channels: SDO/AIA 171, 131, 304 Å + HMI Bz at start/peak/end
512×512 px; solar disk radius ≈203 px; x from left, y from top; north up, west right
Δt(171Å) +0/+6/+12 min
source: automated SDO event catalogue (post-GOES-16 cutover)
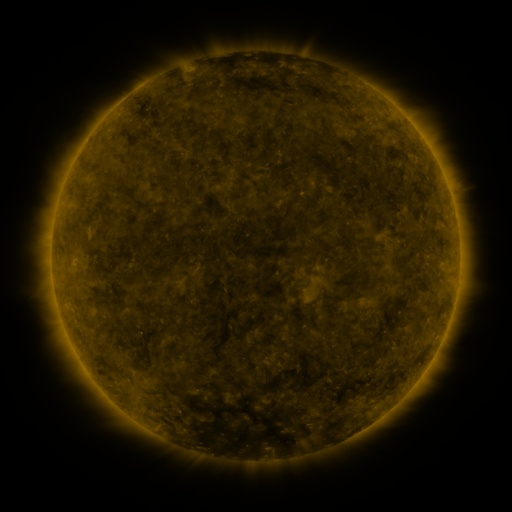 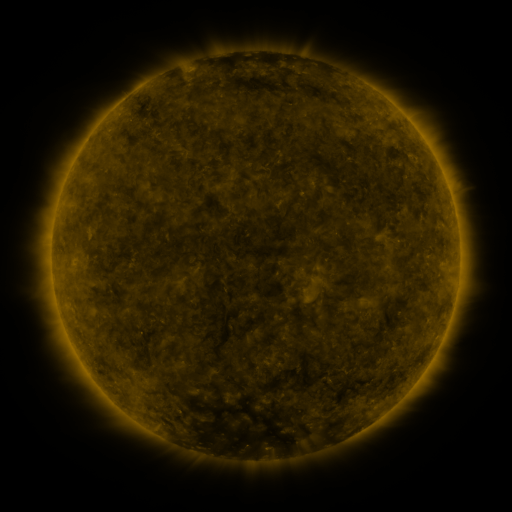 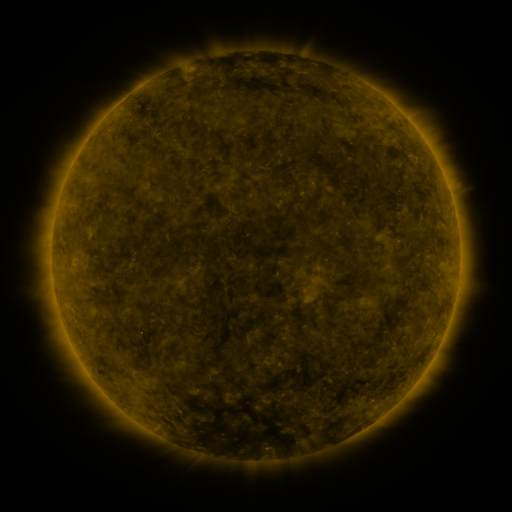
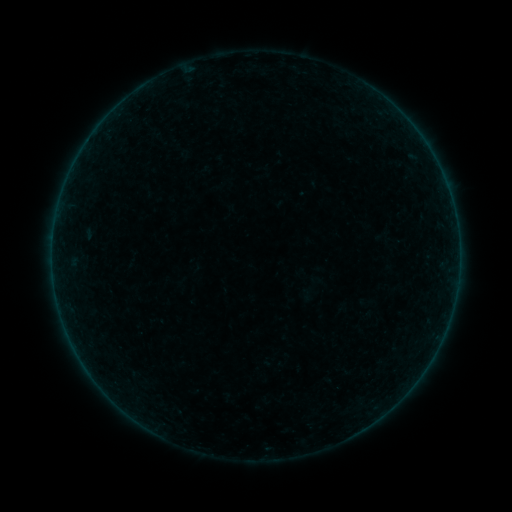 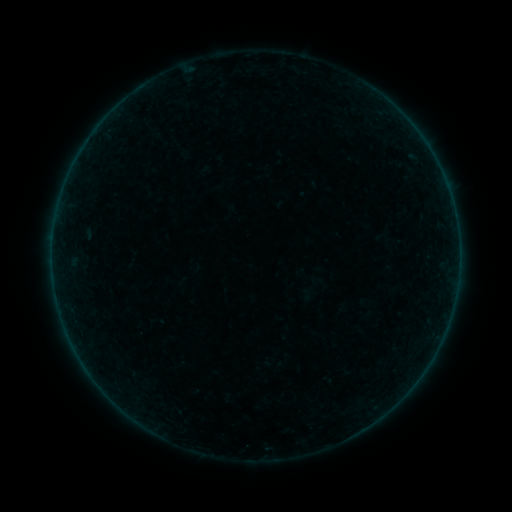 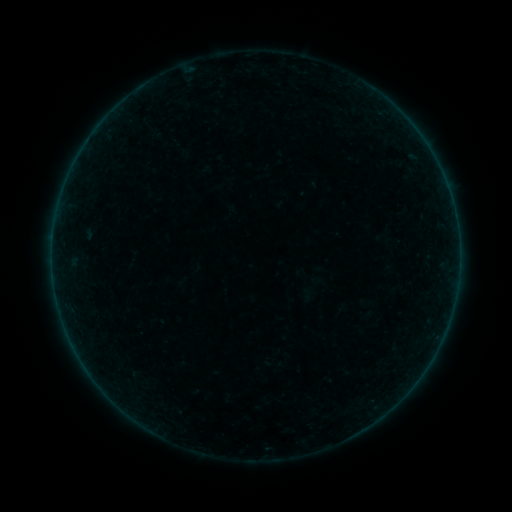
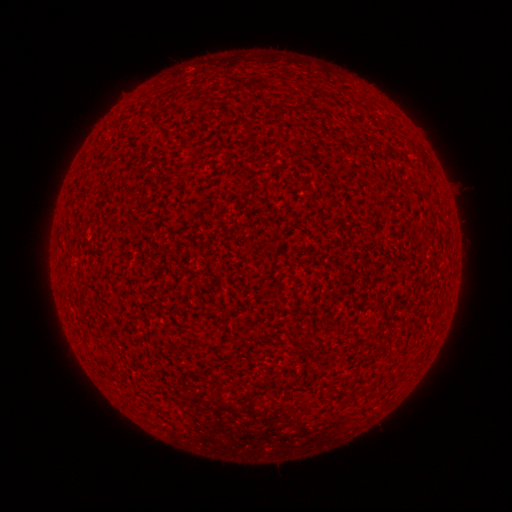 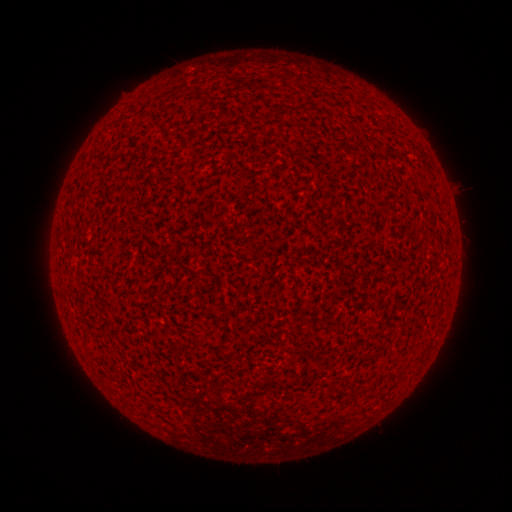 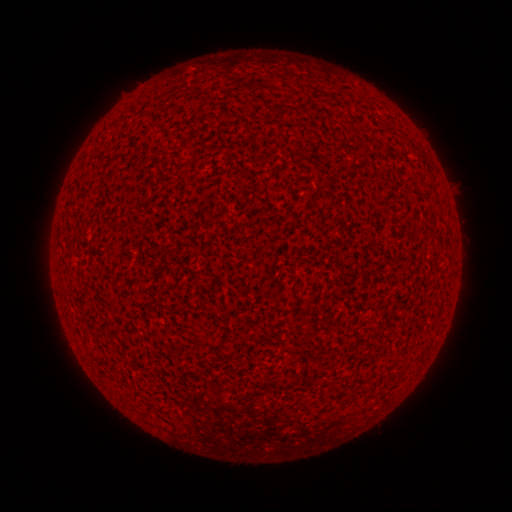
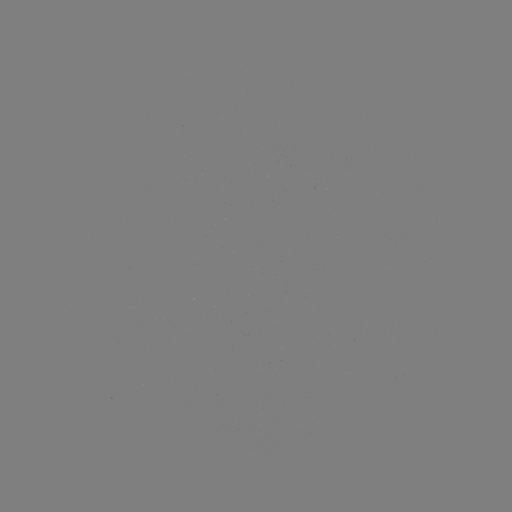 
no classed flare was catalogued and no EUV brightening was flagged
